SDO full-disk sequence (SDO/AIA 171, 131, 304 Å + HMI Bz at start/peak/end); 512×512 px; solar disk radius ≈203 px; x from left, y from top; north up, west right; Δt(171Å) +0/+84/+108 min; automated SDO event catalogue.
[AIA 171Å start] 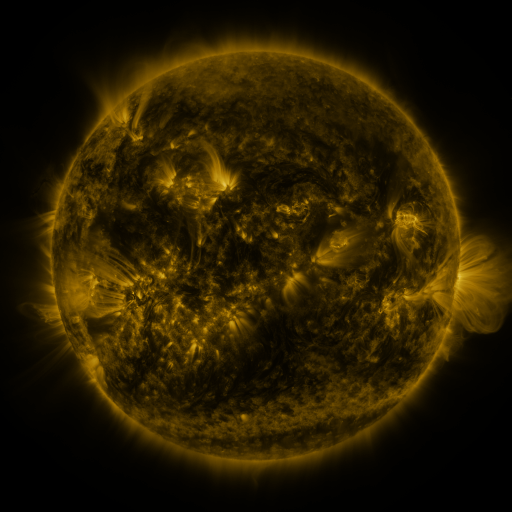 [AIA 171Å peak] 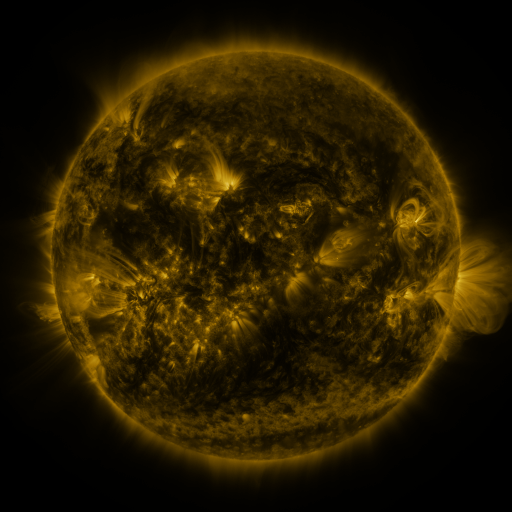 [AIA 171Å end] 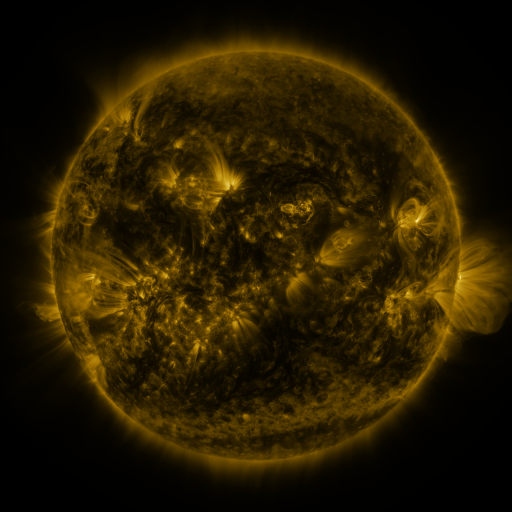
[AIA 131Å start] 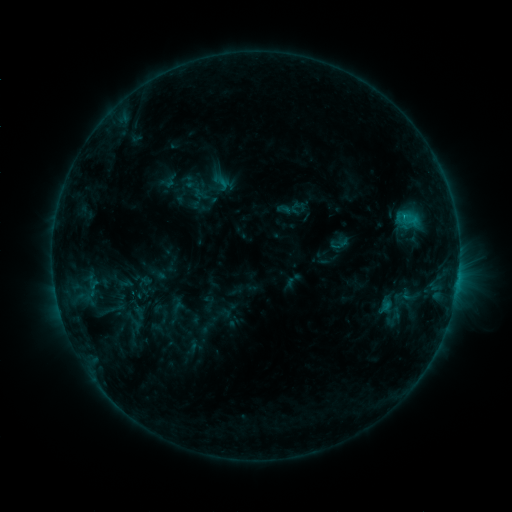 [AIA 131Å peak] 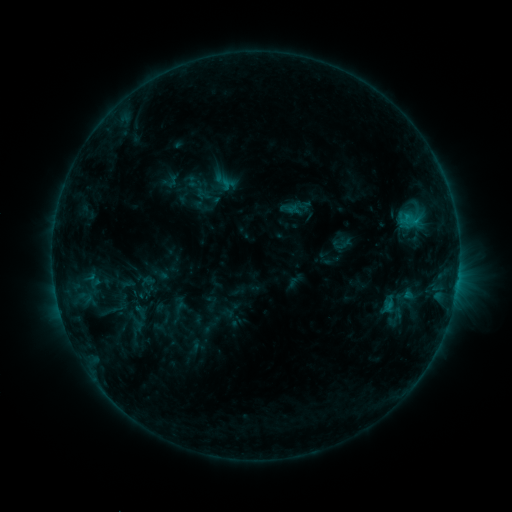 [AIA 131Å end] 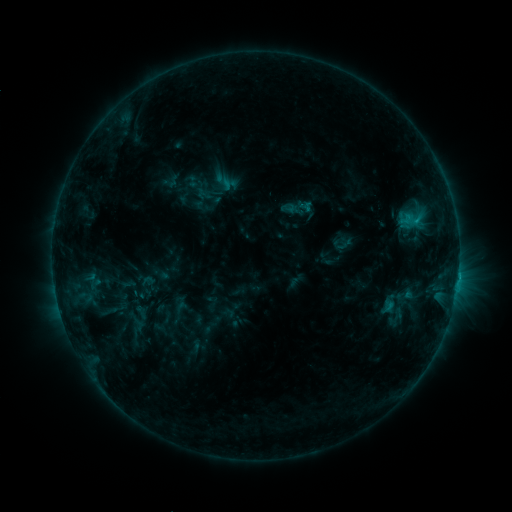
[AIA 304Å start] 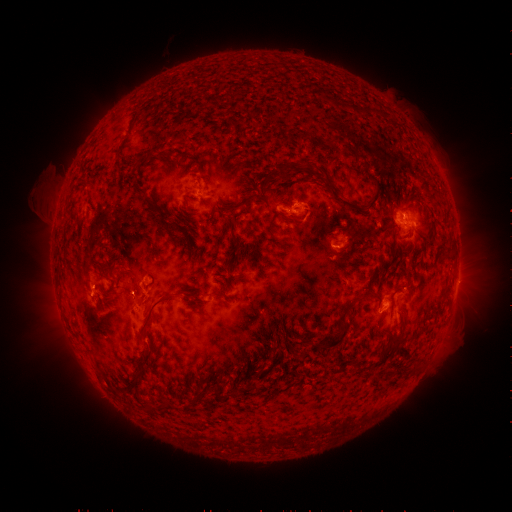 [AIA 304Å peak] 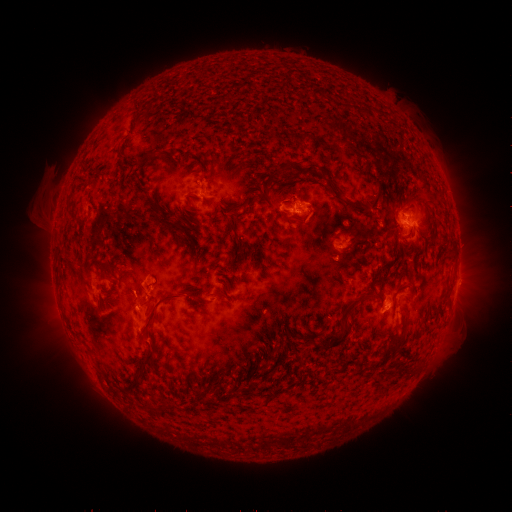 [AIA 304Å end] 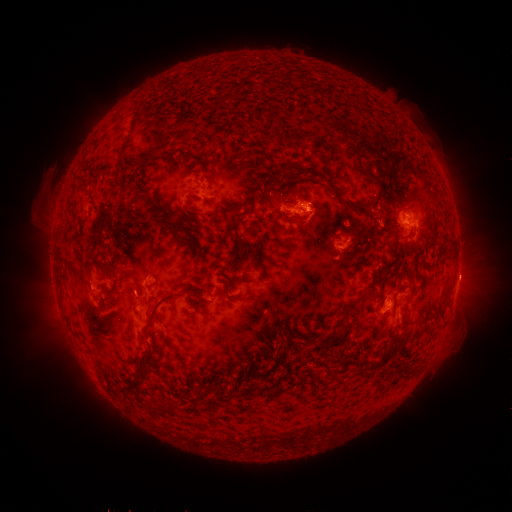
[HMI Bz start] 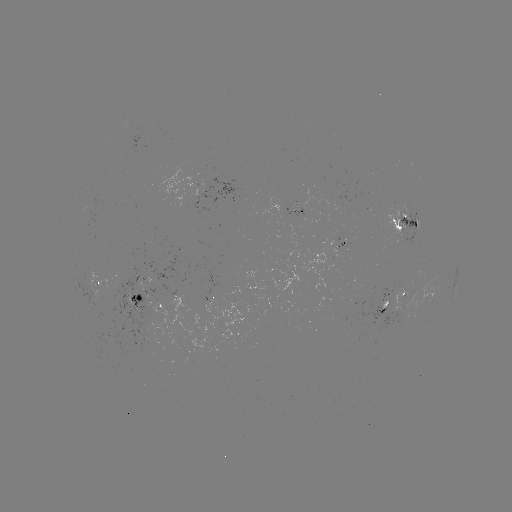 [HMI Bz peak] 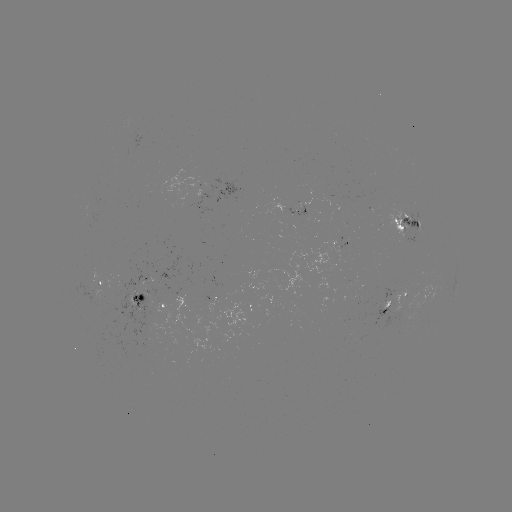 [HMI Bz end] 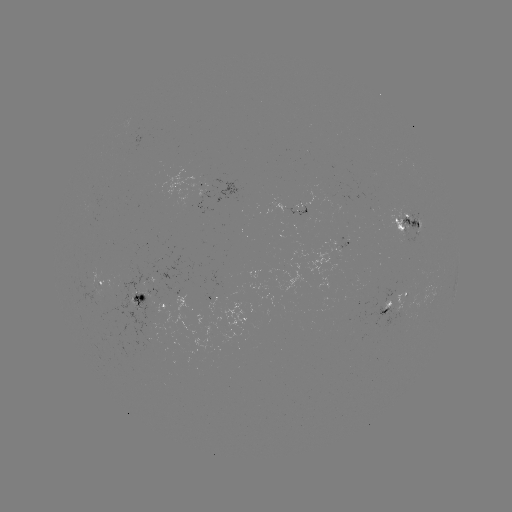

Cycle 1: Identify emerging-flux region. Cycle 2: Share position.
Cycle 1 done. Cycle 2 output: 389,304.